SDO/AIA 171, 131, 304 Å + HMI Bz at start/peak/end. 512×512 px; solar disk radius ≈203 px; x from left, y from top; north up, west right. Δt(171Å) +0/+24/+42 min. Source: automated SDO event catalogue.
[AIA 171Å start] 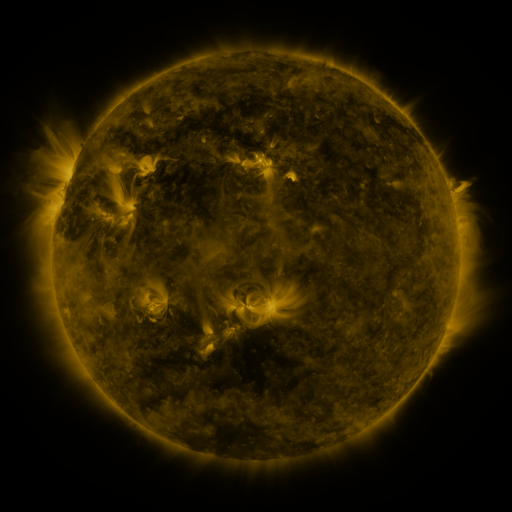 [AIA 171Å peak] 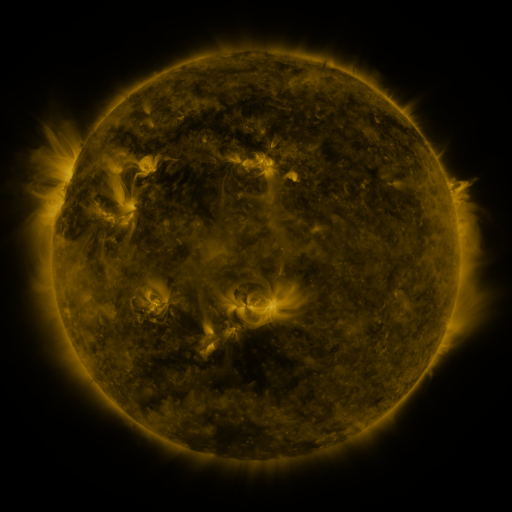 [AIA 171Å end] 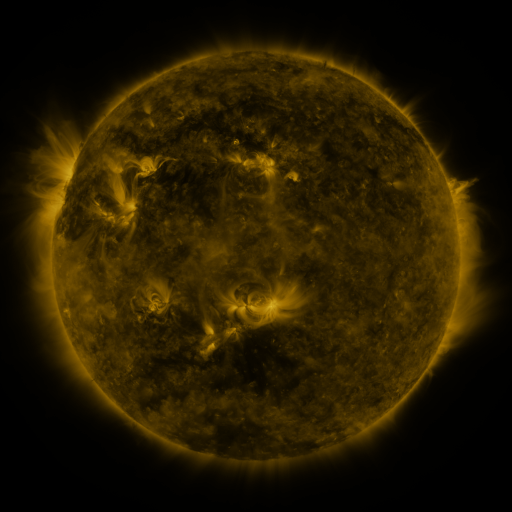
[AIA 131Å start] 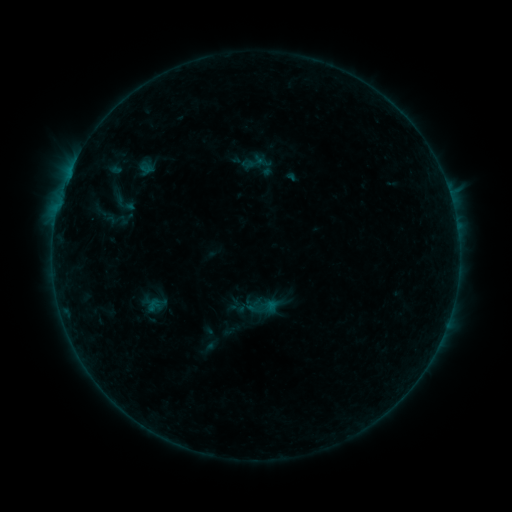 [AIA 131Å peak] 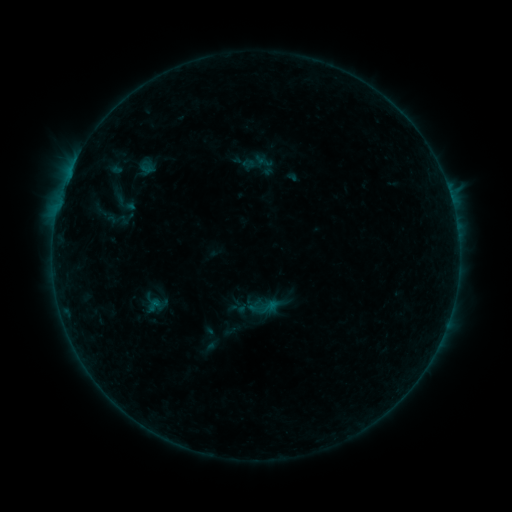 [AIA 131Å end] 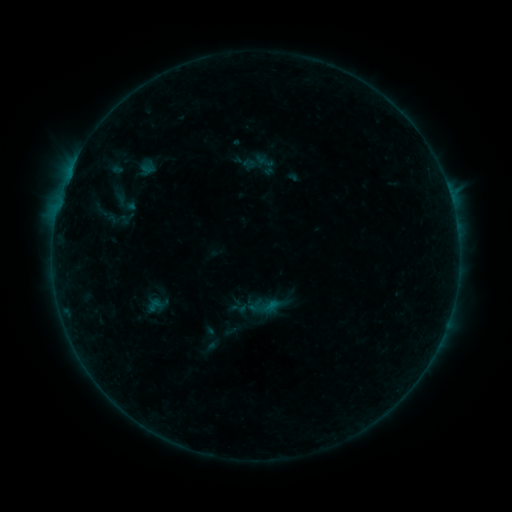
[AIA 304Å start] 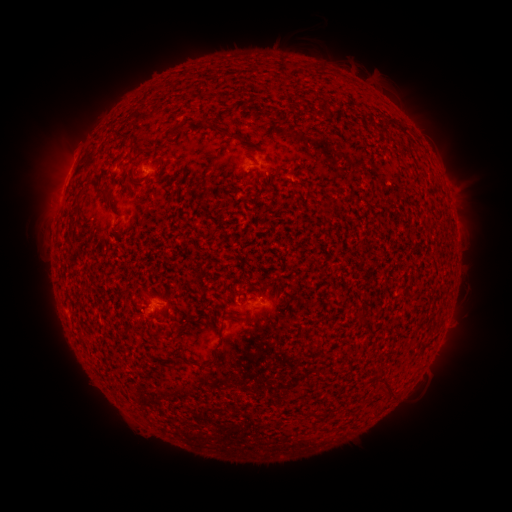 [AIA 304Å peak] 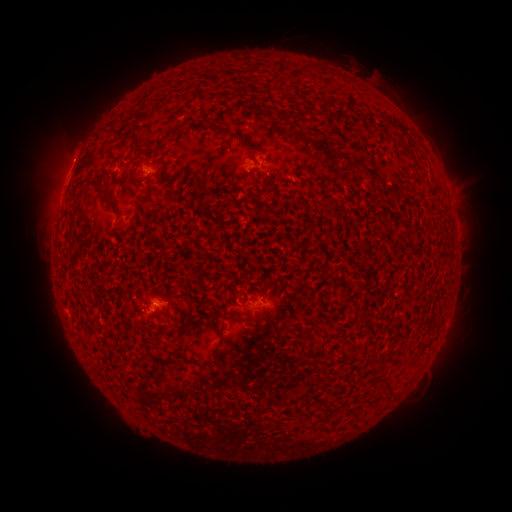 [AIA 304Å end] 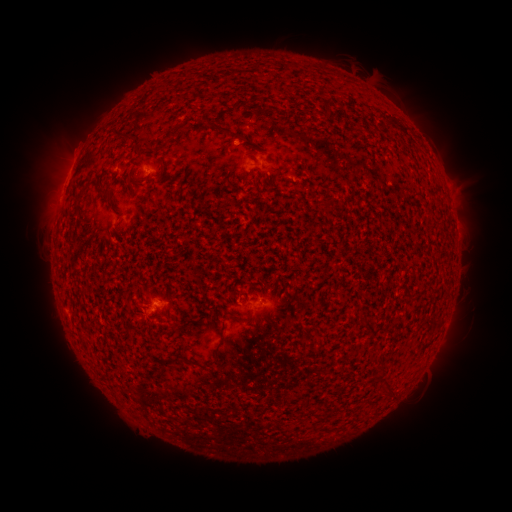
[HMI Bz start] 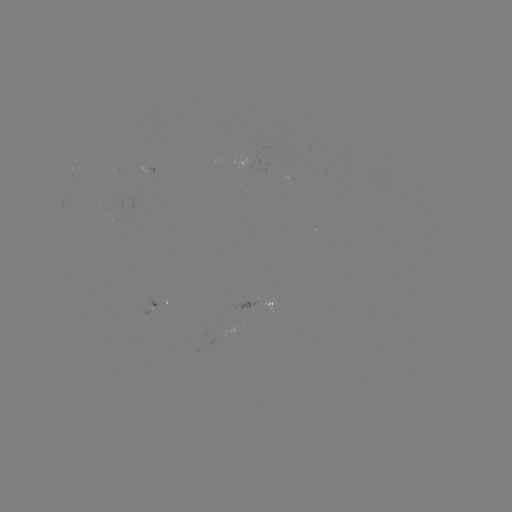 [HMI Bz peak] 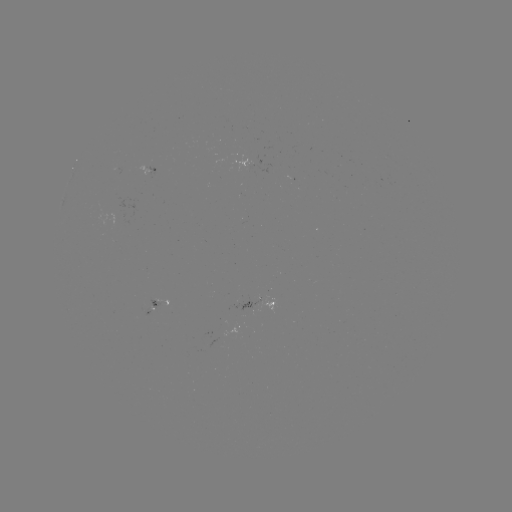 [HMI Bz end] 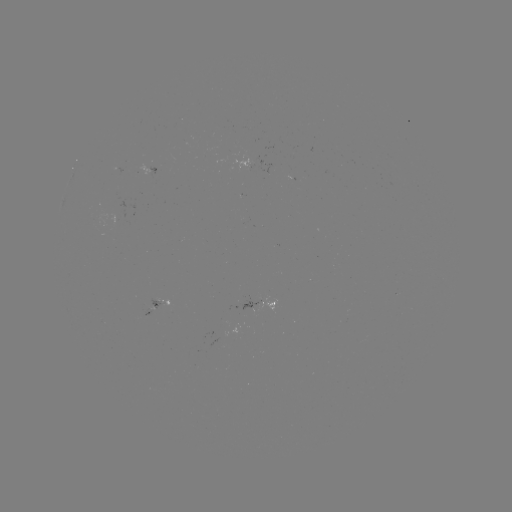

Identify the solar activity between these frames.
no catalogued flare and no flagged EUV brightening in this window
